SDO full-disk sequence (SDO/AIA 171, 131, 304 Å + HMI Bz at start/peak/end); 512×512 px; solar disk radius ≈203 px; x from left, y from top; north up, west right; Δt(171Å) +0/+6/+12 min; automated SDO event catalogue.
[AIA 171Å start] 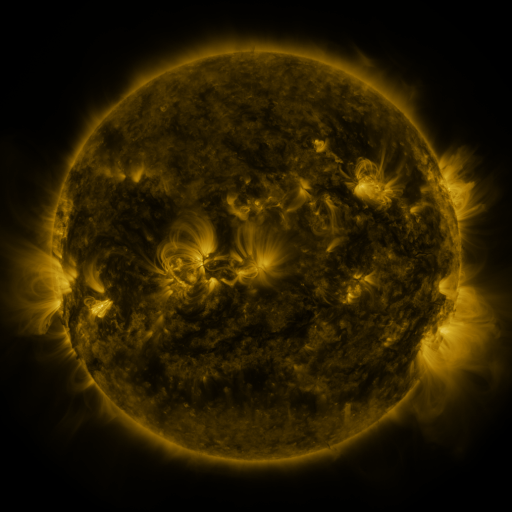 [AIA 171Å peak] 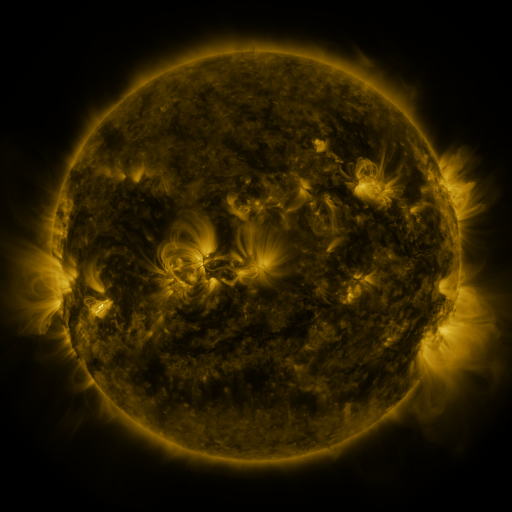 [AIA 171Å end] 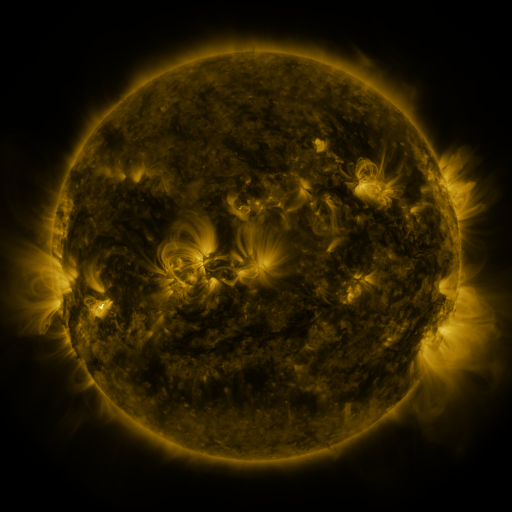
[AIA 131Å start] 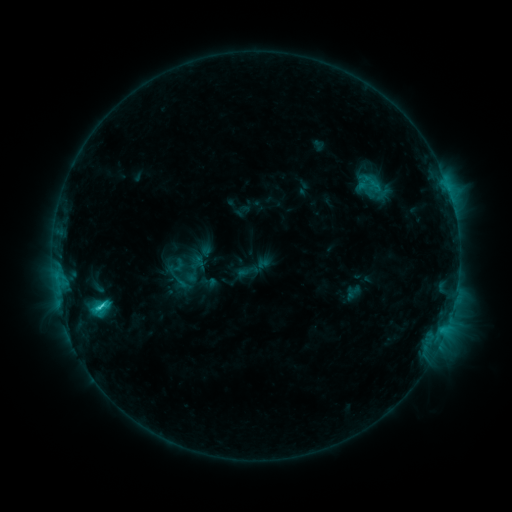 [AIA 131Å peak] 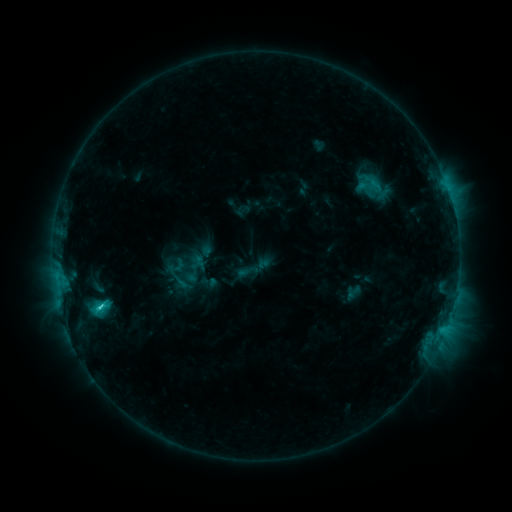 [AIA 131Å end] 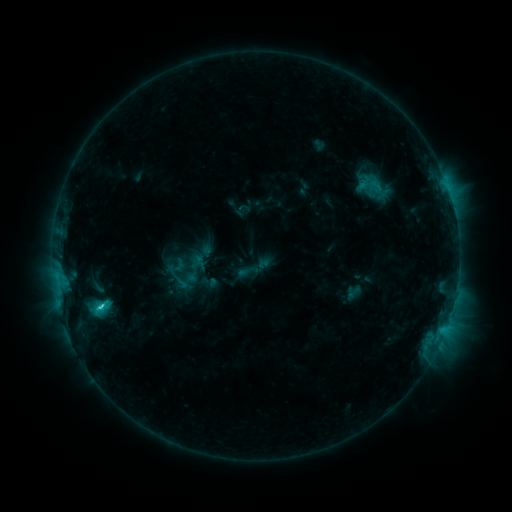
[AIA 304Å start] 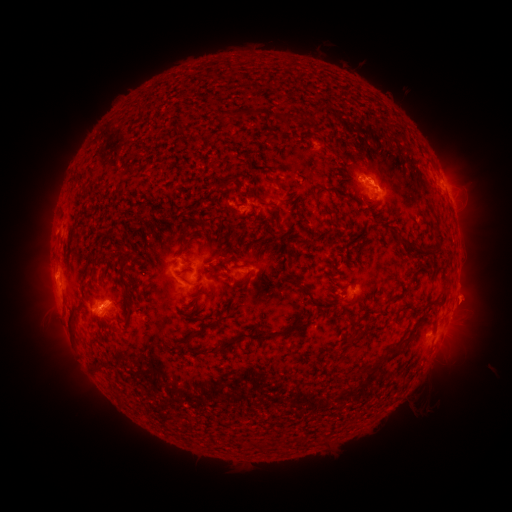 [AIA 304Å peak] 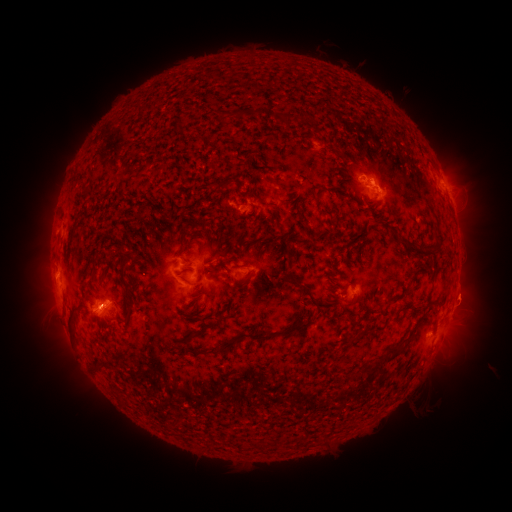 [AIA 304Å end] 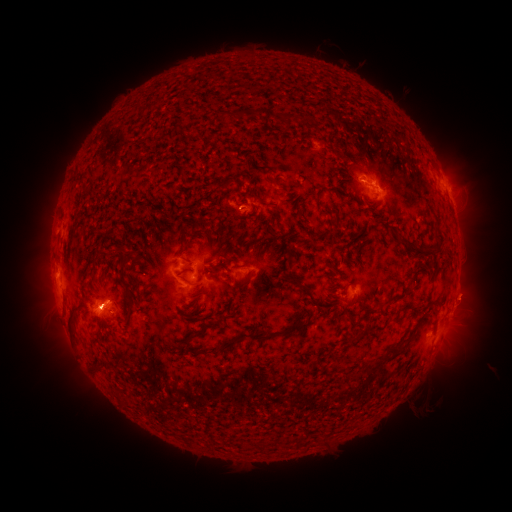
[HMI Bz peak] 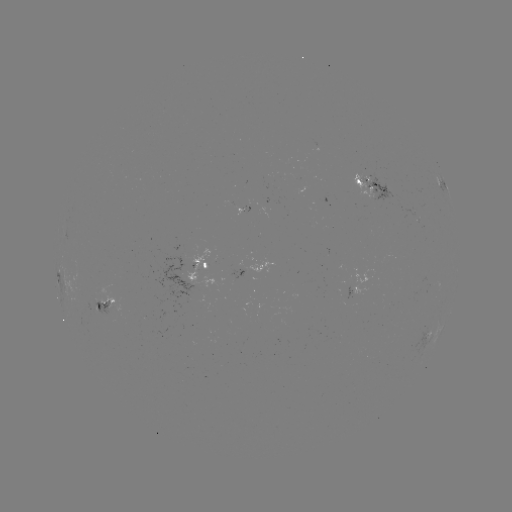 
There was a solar eruption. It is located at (95, 316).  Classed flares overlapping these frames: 1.